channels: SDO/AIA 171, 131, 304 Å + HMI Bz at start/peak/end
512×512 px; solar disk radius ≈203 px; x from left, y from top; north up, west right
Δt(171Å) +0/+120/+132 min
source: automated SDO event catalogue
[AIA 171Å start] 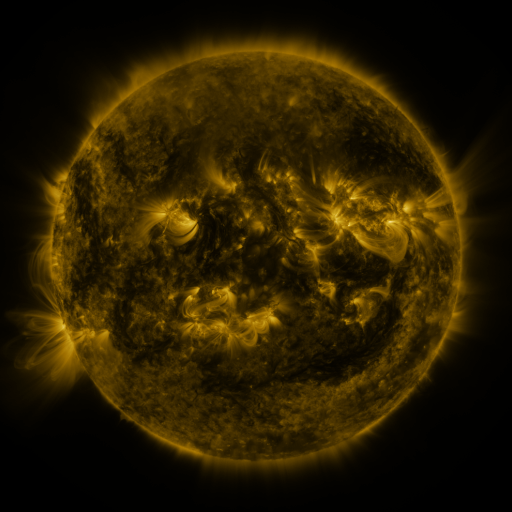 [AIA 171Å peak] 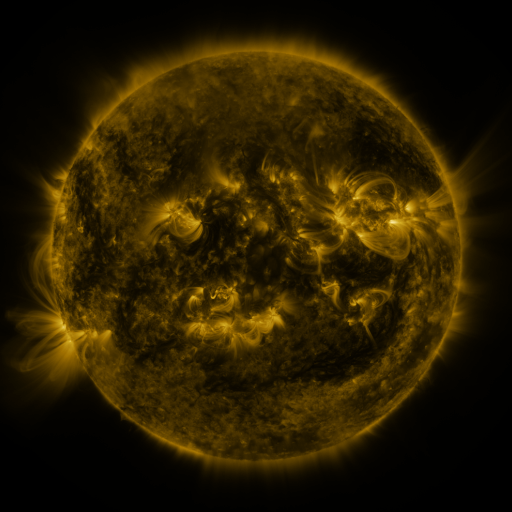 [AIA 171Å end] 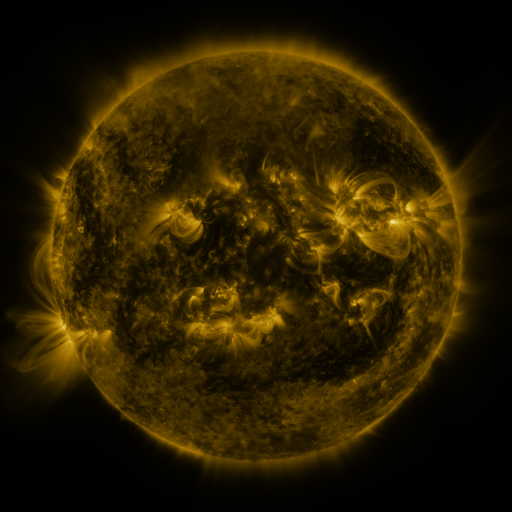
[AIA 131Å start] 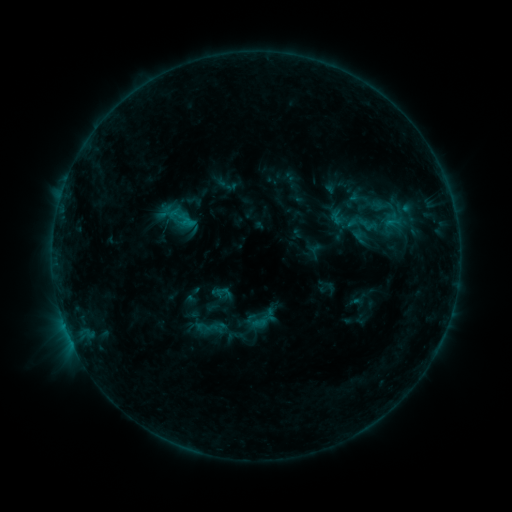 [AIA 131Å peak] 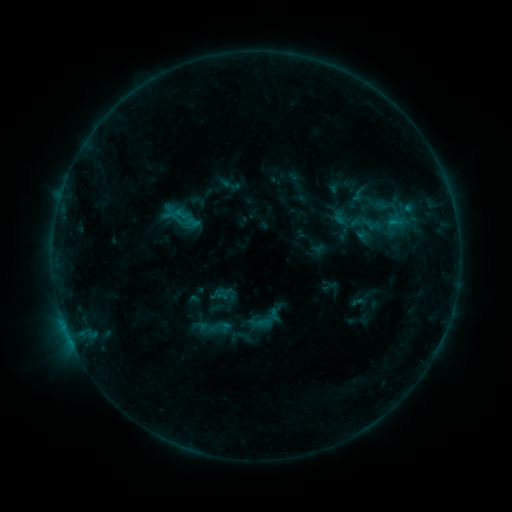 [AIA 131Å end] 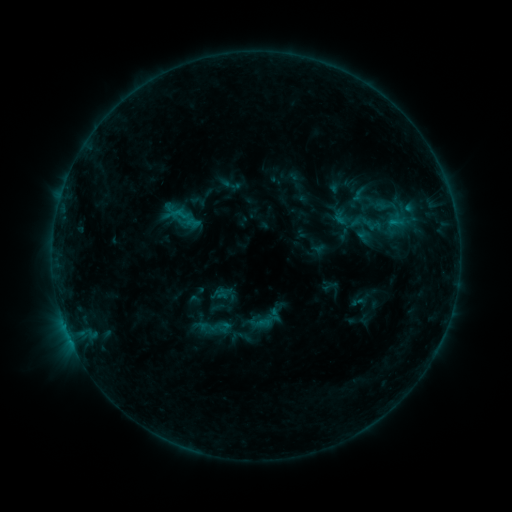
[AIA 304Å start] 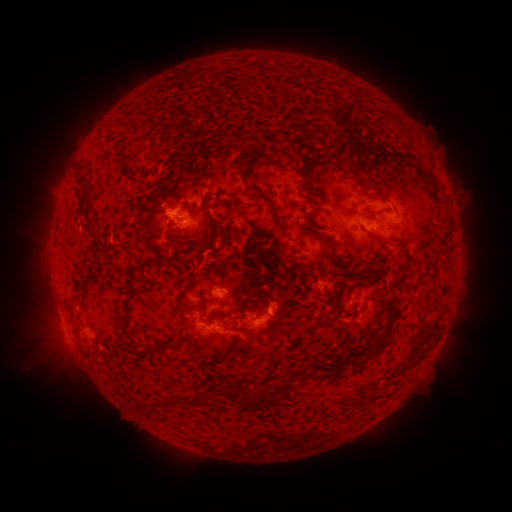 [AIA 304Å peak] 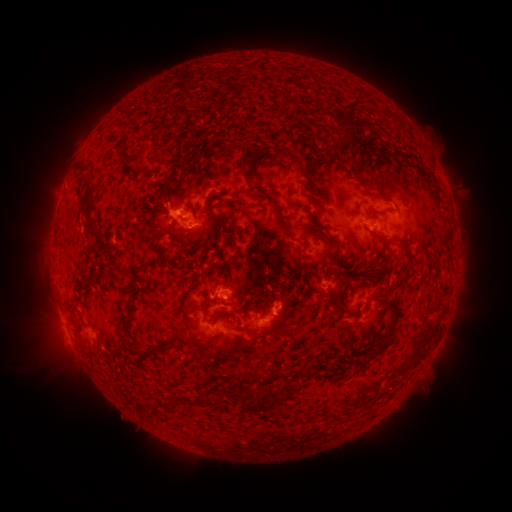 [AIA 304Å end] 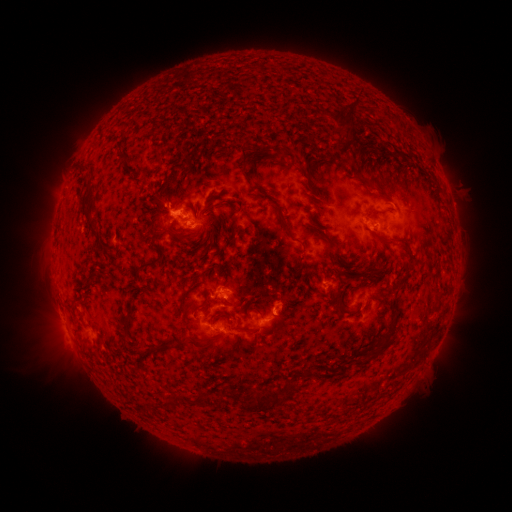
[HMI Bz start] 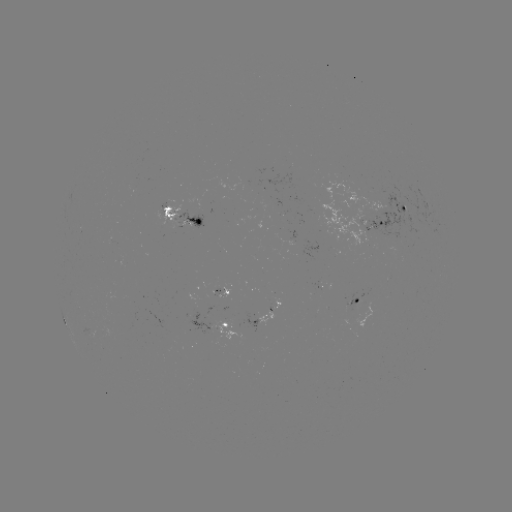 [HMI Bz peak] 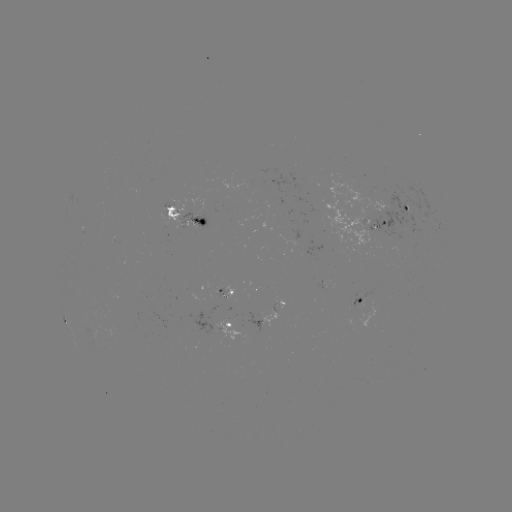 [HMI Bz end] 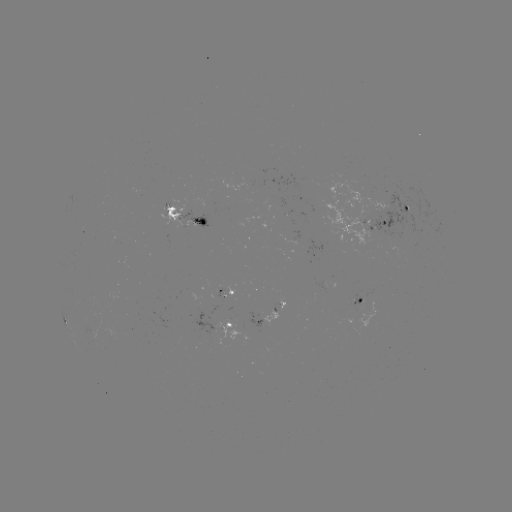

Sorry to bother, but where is emerging-flux region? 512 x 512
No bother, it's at (355, 300).